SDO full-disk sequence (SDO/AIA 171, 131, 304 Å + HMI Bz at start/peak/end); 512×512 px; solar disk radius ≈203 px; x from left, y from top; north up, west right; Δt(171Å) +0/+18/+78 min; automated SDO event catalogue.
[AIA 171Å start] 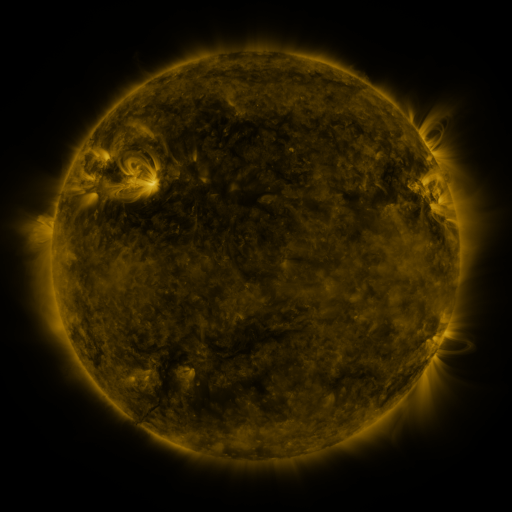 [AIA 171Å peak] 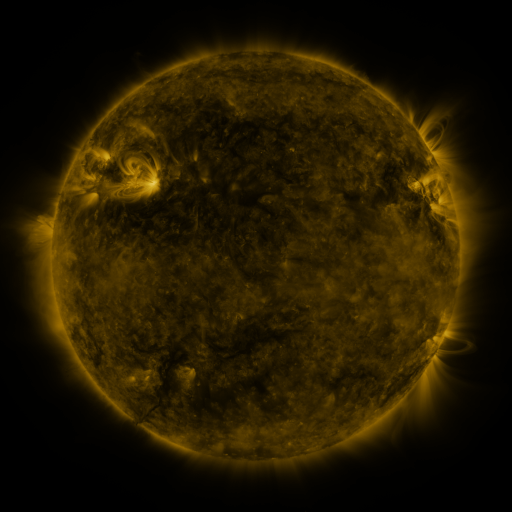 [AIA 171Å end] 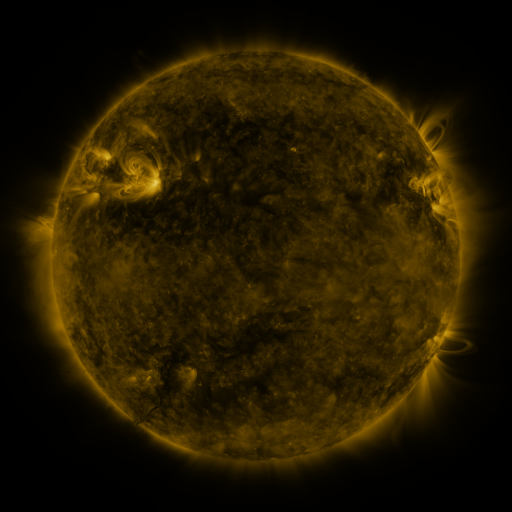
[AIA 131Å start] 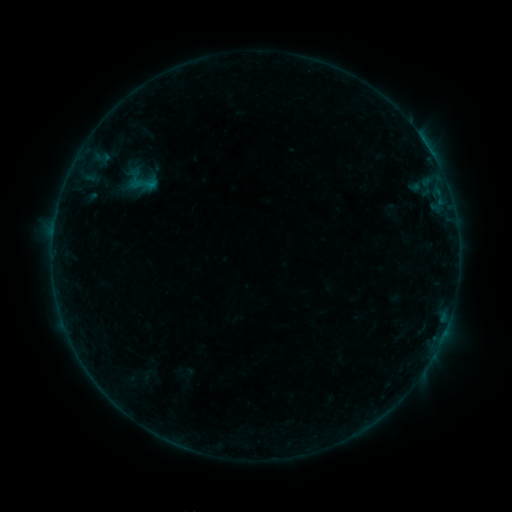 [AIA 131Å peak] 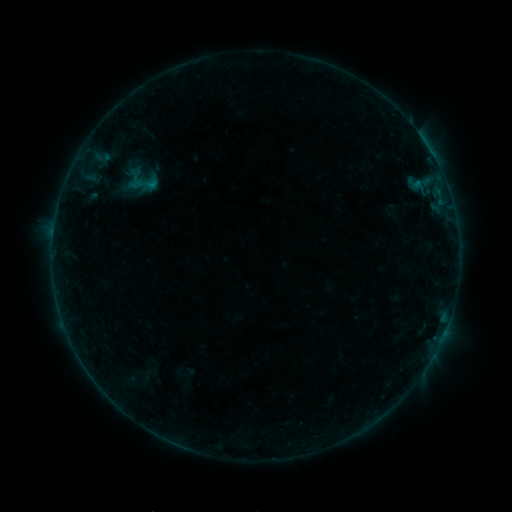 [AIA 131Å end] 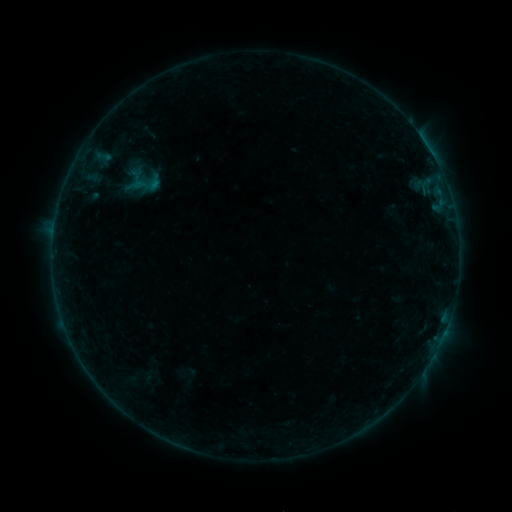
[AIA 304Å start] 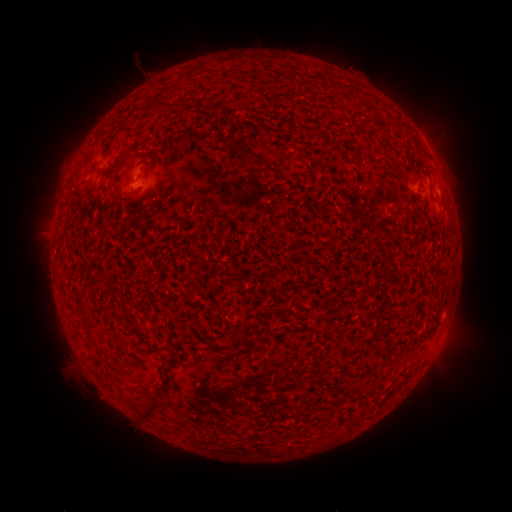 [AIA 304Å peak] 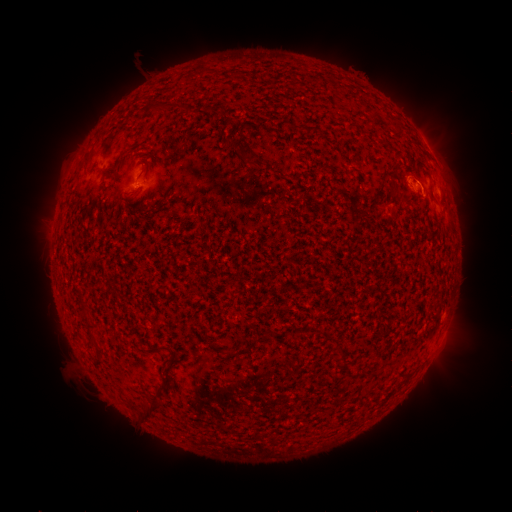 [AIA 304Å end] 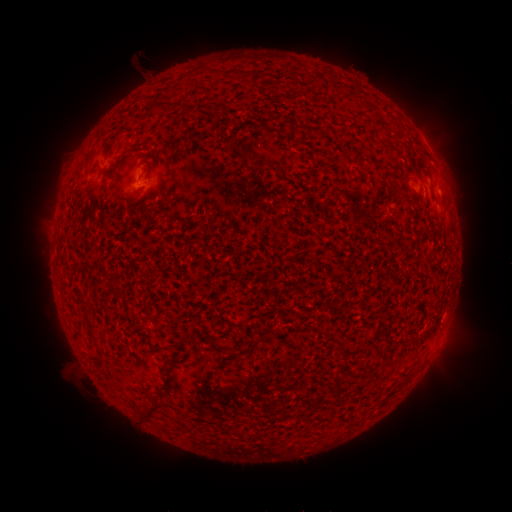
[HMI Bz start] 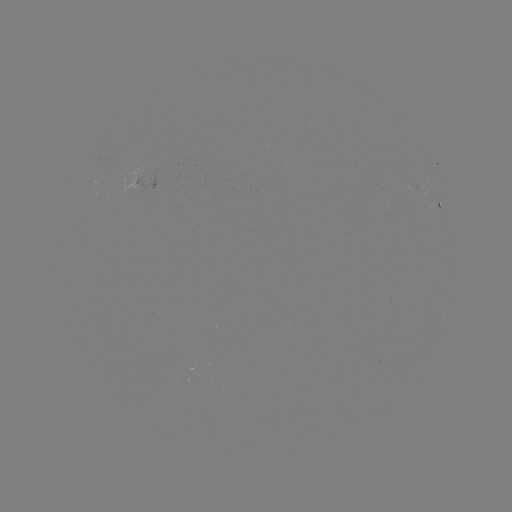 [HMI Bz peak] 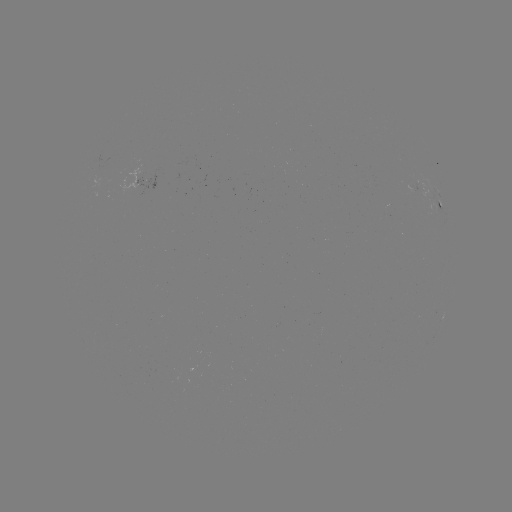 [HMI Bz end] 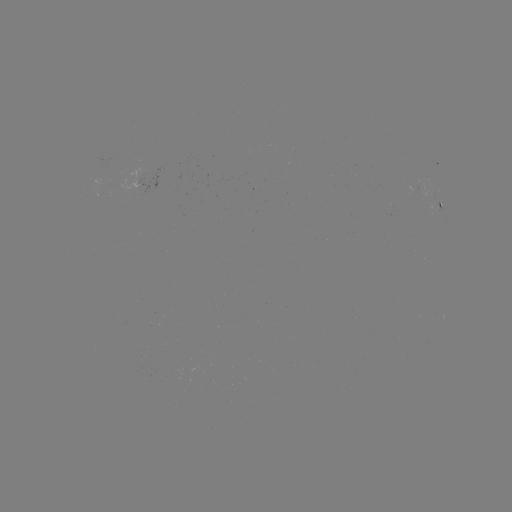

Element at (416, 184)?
B2.2 flare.